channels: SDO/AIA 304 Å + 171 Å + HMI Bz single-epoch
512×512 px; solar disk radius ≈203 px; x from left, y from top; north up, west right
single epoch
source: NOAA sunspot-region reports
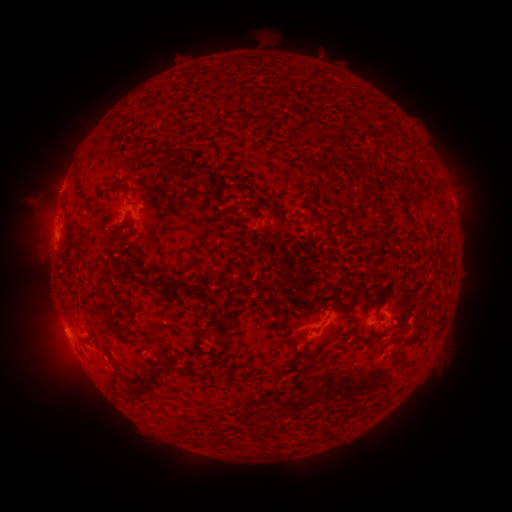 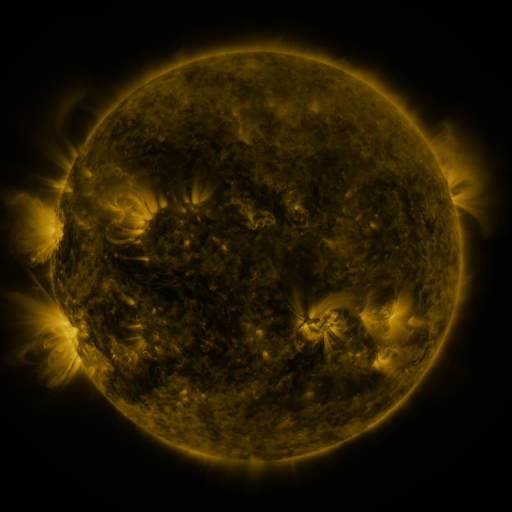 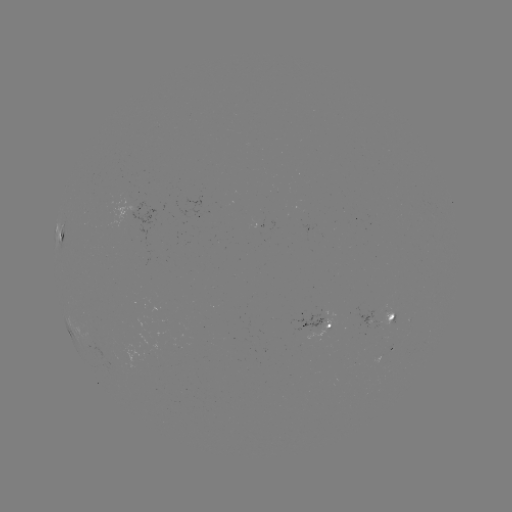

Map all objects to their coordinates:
spotted active region: (142, 209)
spotted active region: (61, 237)
spotted active region: (384, 316)
spotted active region: (327, 324)
spotted active region: (383, 351)
